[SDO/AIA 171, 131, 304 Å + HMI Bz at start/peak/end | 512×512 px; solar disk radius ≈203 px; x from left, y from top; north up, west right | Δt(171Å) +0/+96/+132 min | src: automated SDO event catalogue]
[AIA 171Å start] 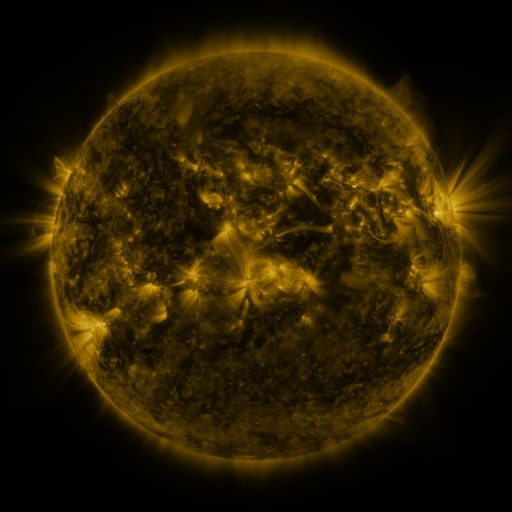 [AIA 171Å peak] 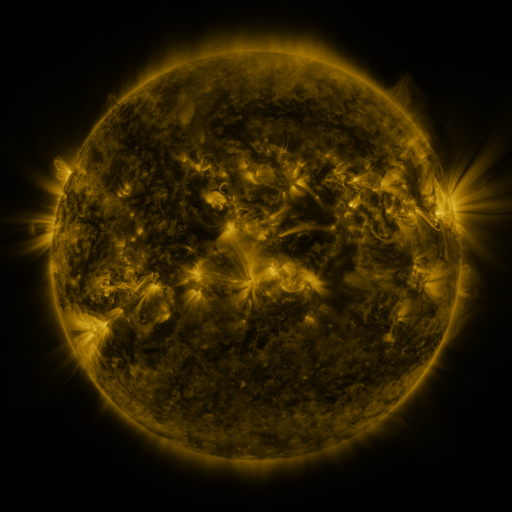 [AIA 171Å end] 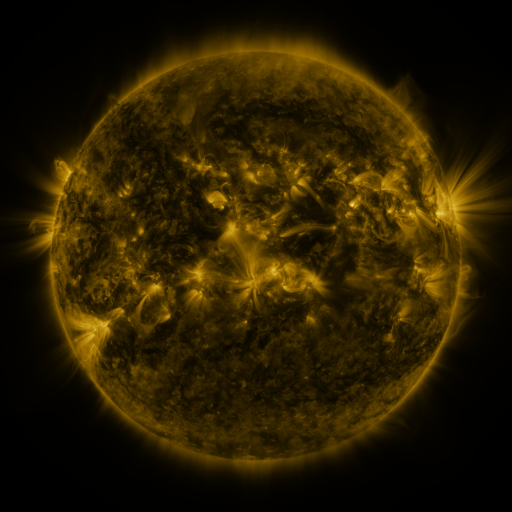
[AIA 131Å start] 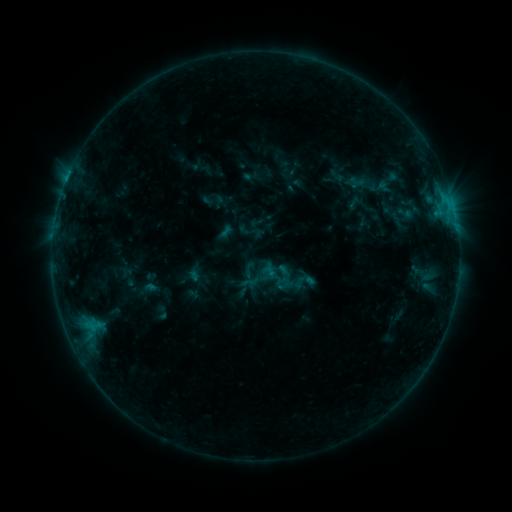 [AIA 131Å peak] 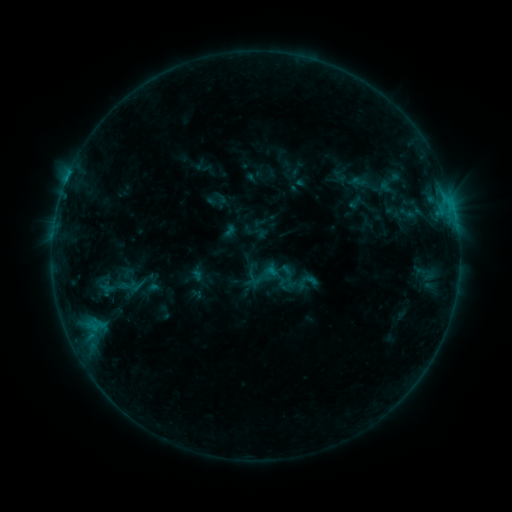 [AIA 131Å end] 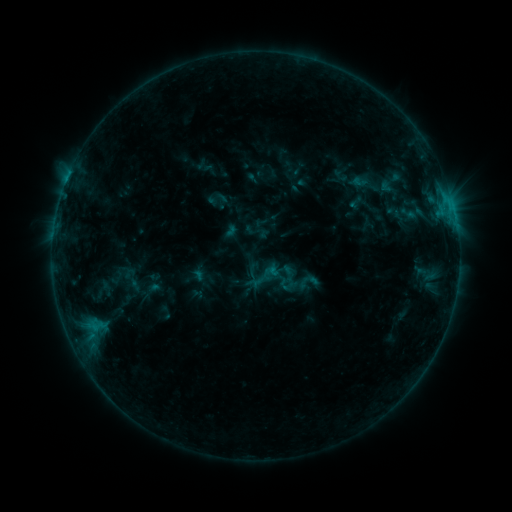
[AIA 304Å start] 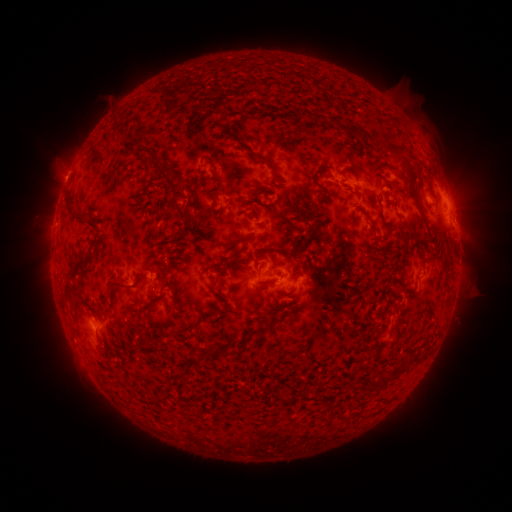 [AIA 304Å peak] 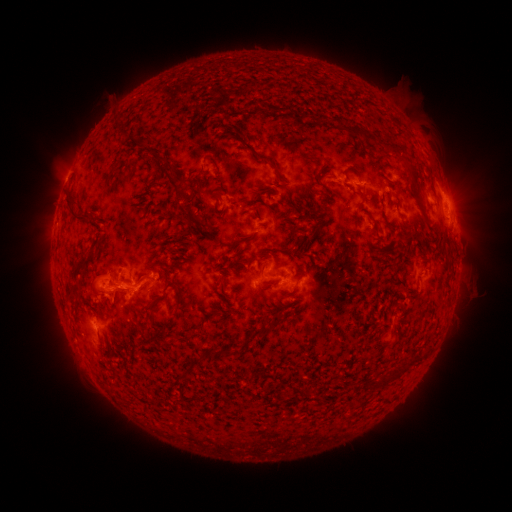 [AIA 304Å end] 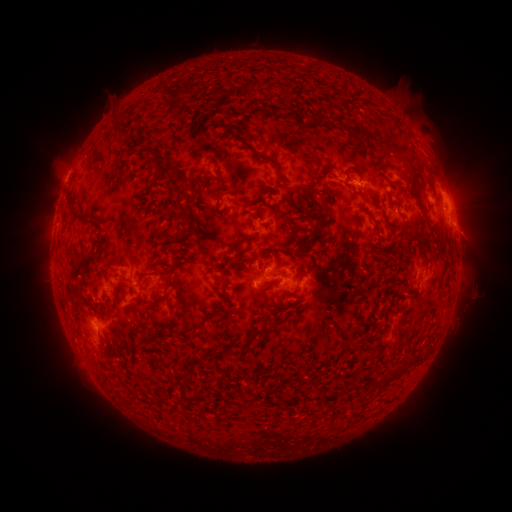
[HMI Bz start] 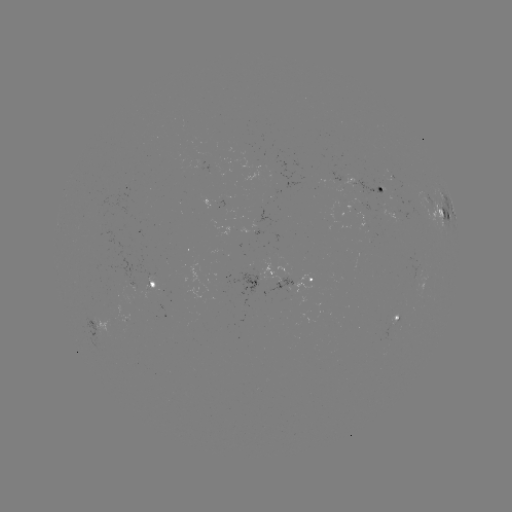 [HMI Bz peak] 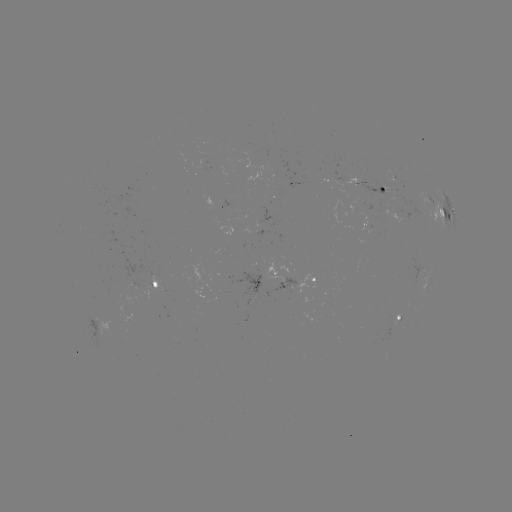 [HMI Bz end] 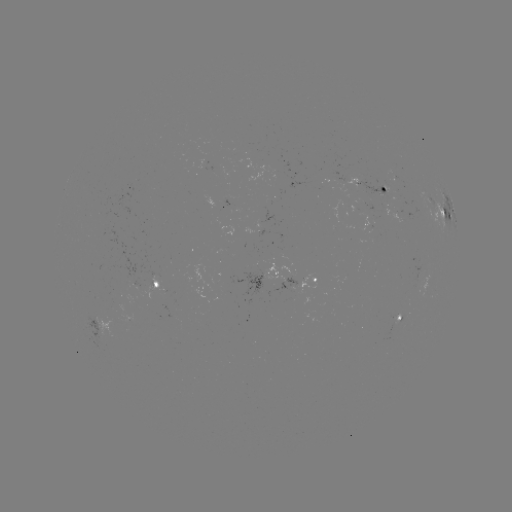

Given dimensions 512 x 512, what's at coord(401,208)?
emerging-flux region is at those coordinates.